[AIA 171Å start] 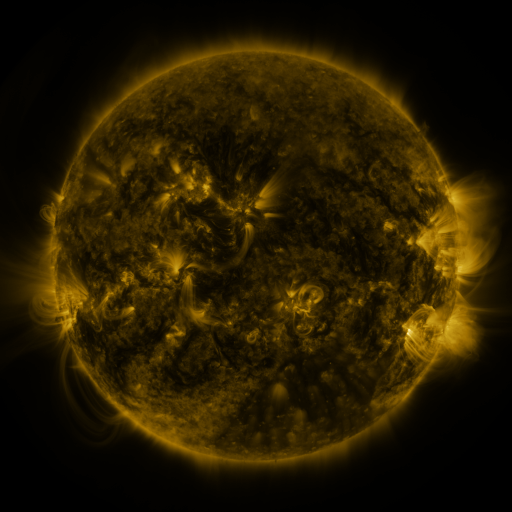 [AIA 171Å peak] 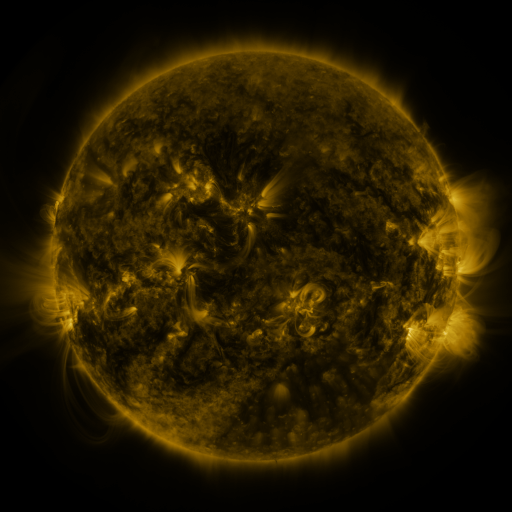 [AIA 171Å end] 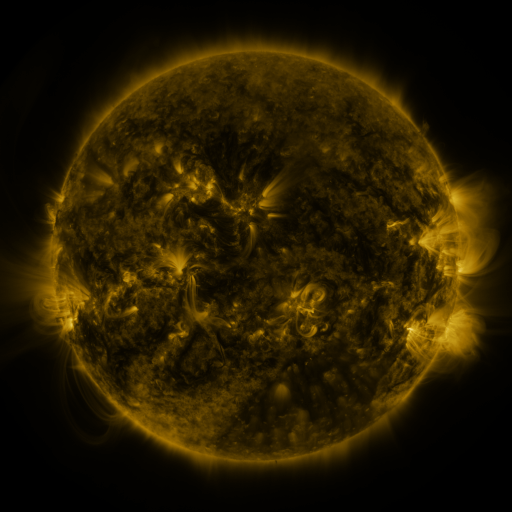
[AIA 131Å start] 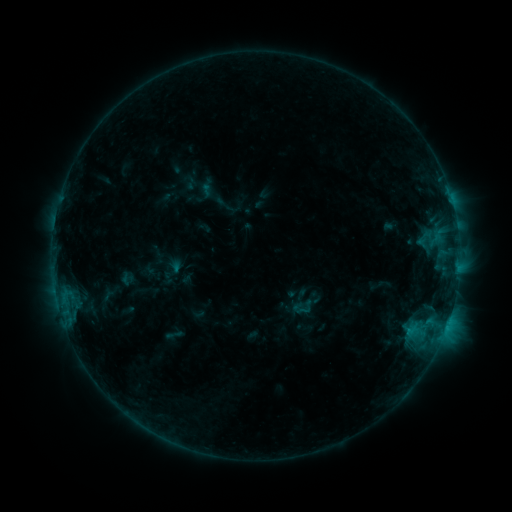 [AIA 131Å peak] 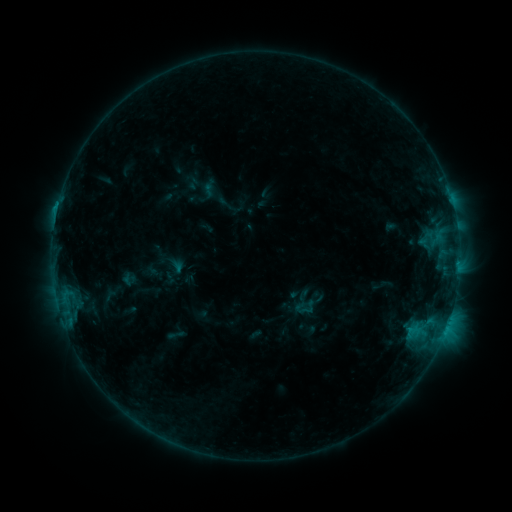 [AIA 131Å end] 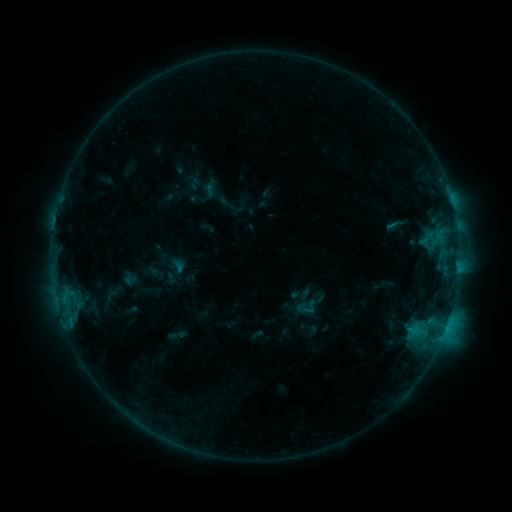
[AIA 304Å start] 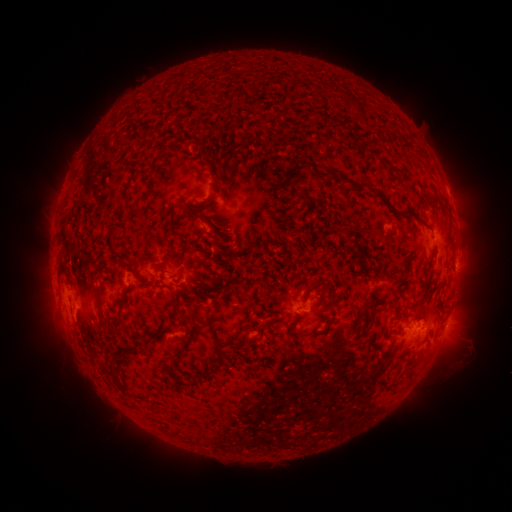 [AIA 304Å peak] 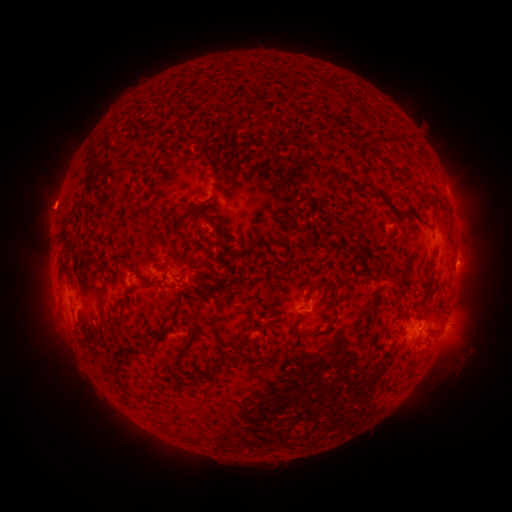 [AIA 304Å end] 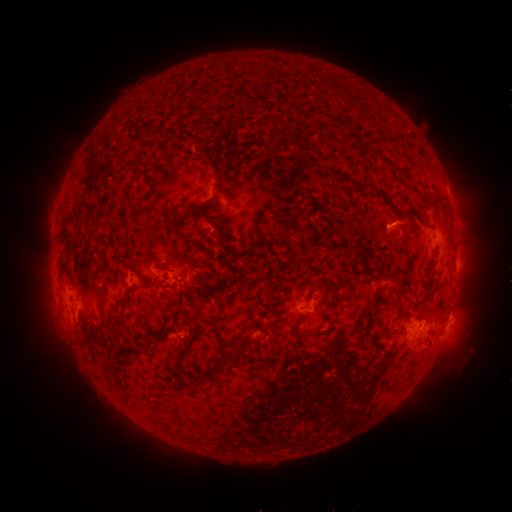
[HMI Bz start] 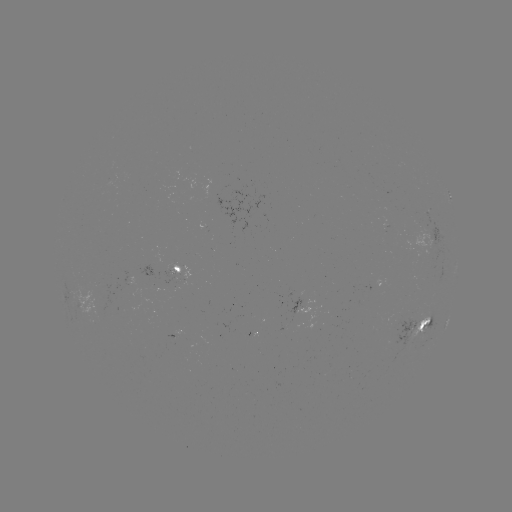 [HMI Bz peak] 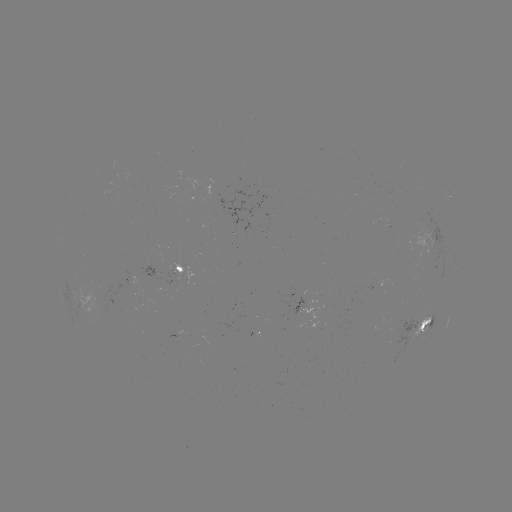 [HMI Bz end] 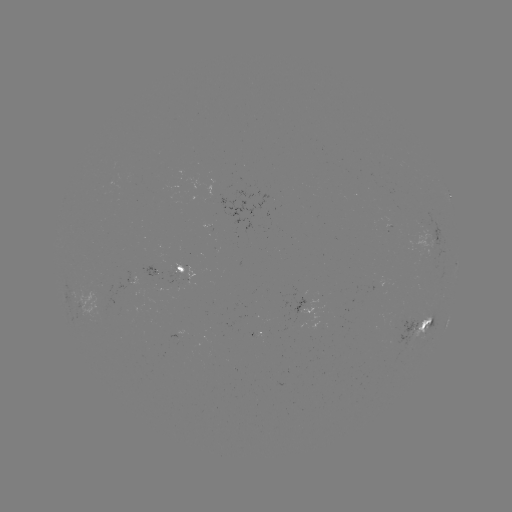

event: emerging-flux region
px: (181, 274)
